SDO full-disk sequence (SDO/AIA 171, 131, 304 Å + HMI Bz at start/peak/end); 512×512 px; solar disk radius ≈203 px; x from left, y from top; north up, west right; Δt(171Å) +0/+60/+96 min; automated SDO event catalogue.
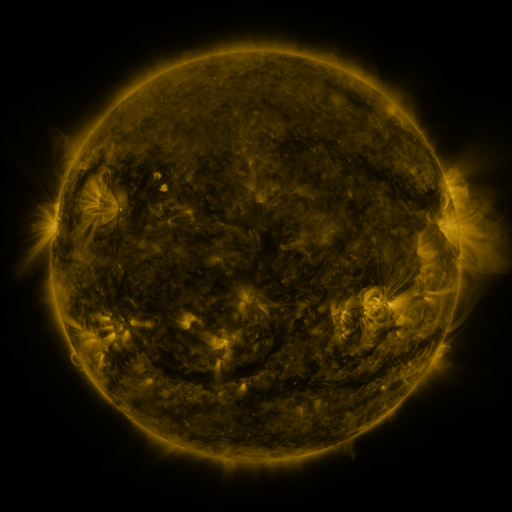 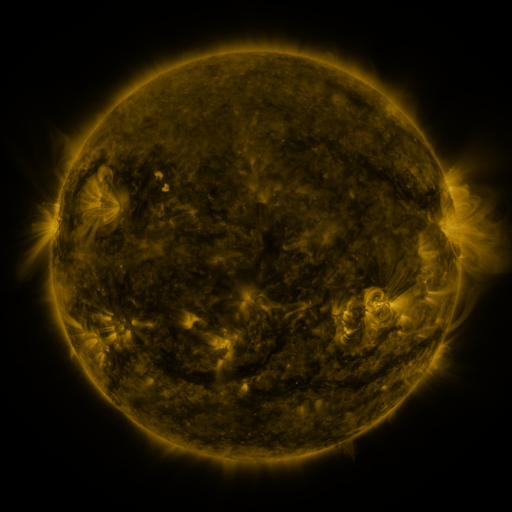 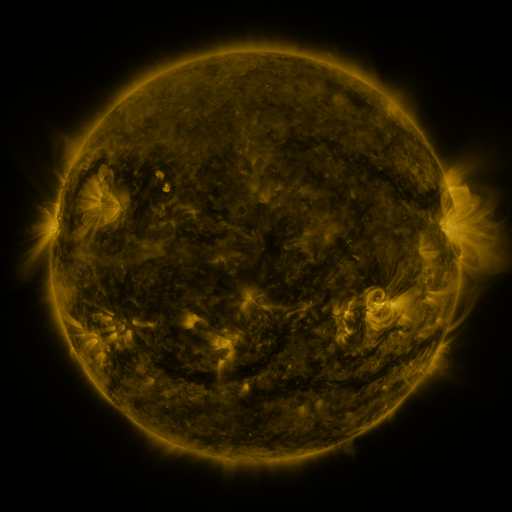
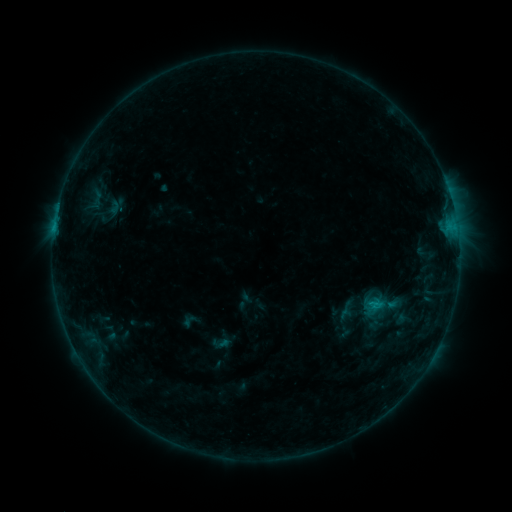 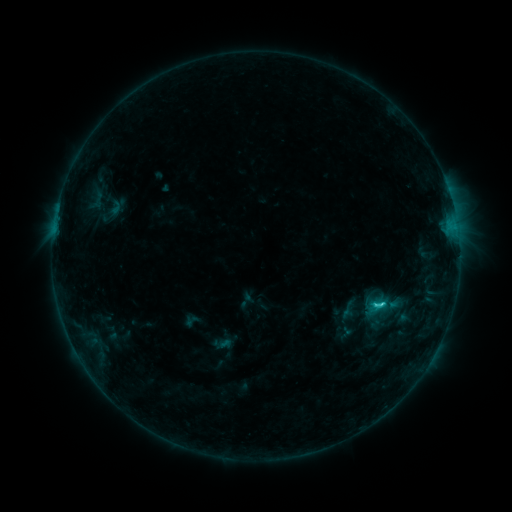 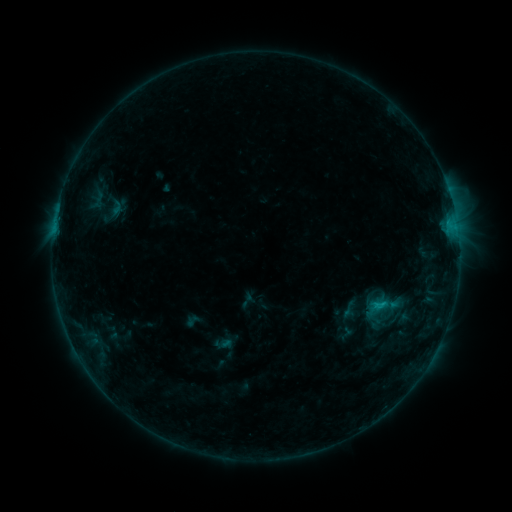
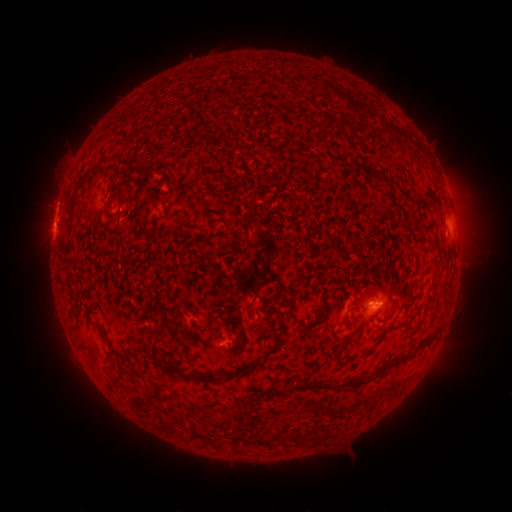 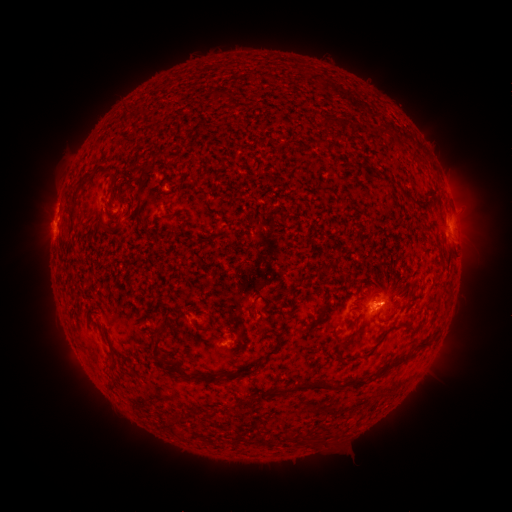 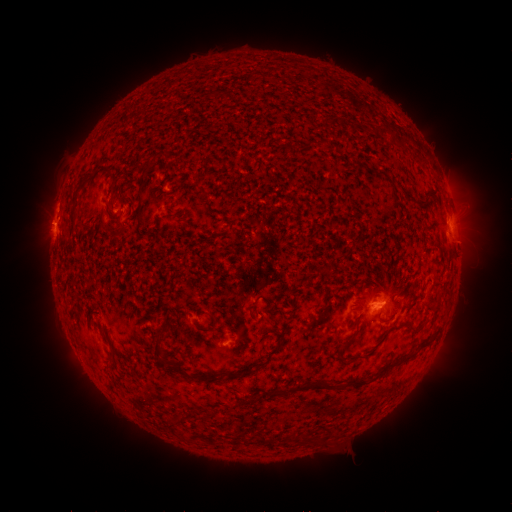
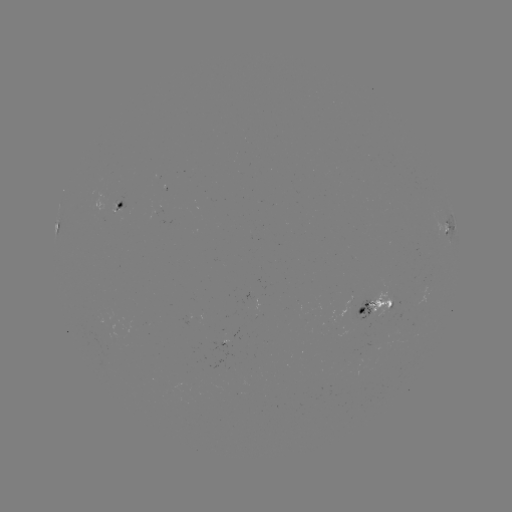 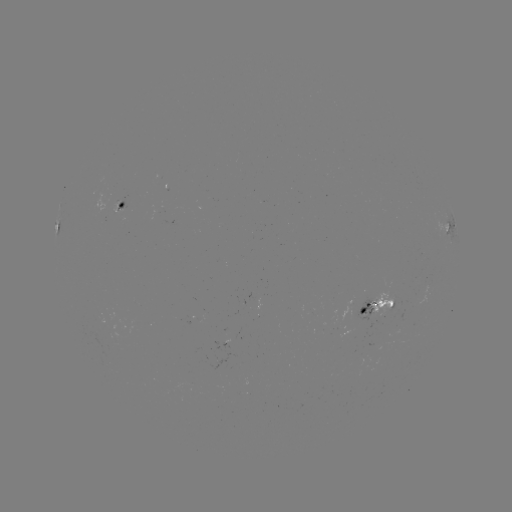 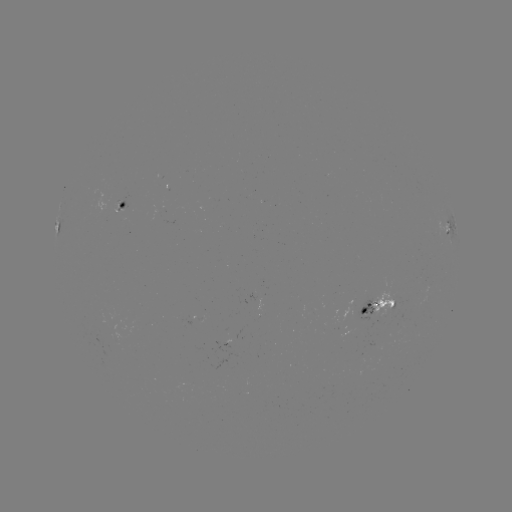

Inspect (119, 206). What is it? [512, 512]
emerging-flux region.